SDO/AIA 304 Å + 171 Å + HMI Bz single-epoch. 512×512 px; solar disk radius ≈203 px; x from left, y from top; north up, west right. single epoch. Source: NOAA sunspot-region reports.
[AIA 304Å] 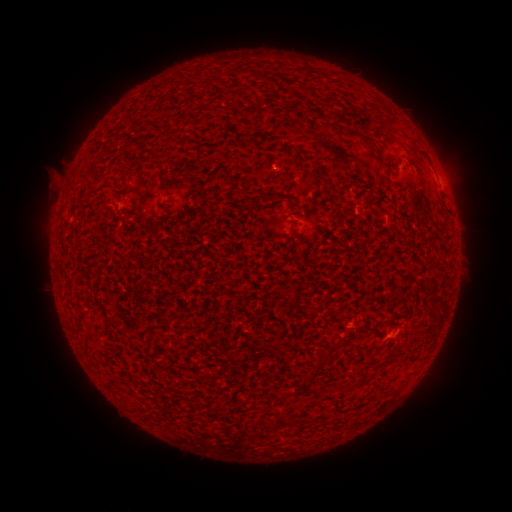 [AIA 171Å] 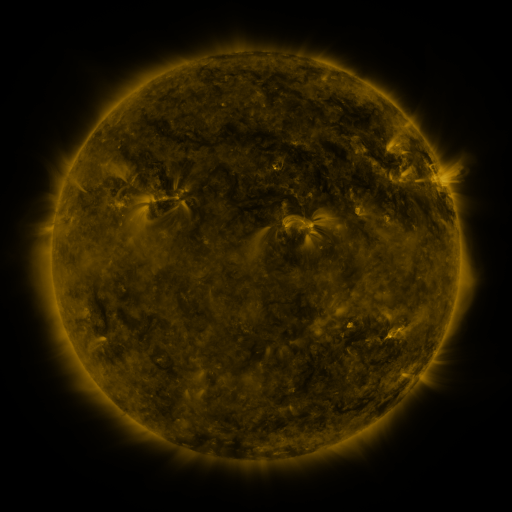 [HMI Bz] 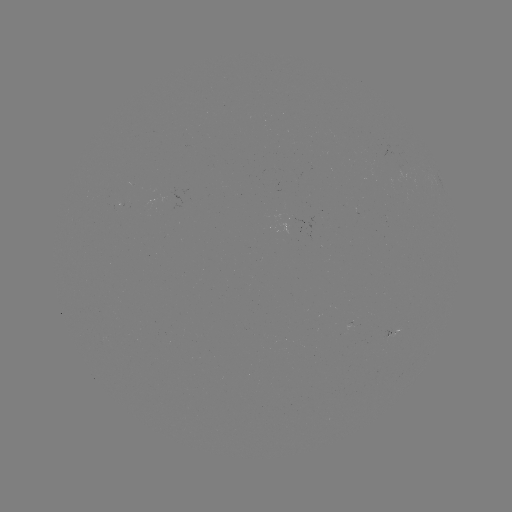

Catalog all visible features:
(none)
